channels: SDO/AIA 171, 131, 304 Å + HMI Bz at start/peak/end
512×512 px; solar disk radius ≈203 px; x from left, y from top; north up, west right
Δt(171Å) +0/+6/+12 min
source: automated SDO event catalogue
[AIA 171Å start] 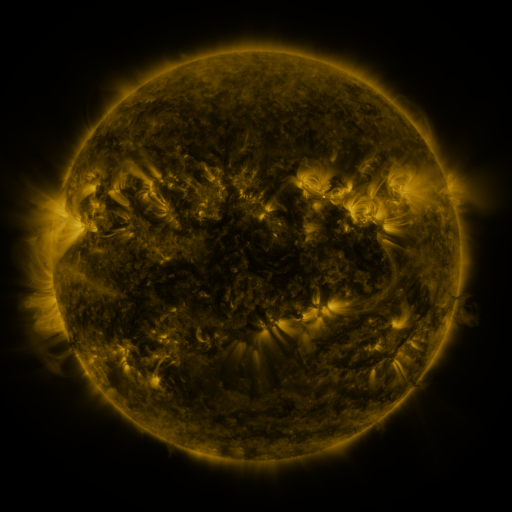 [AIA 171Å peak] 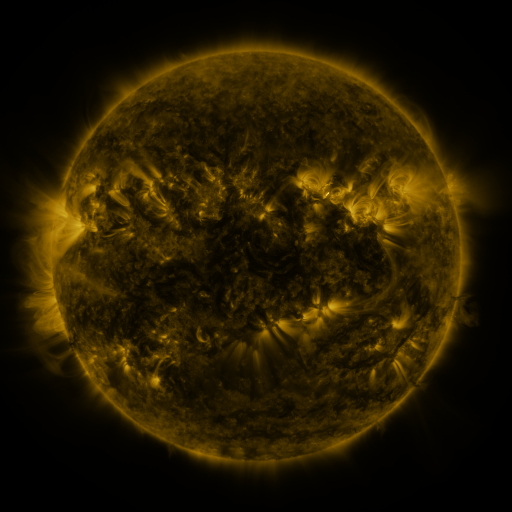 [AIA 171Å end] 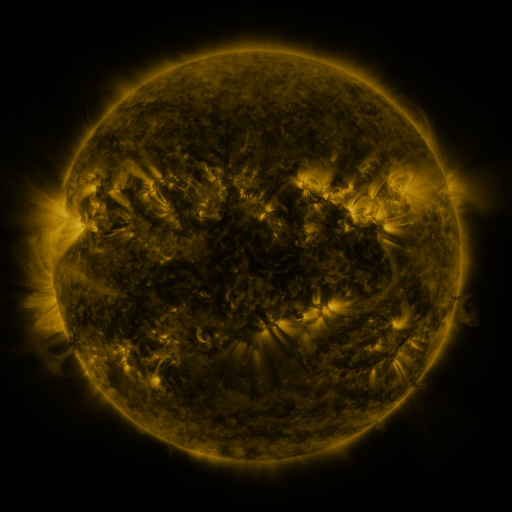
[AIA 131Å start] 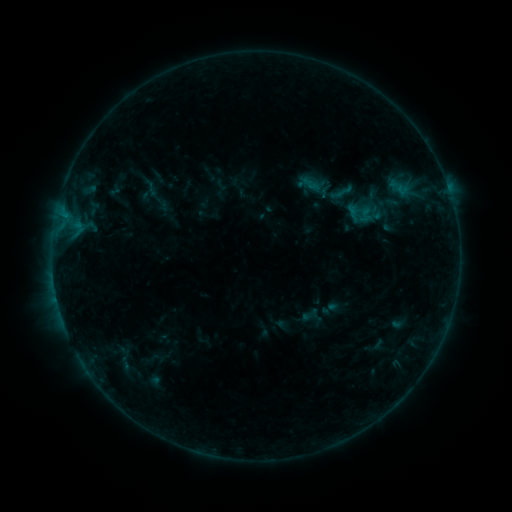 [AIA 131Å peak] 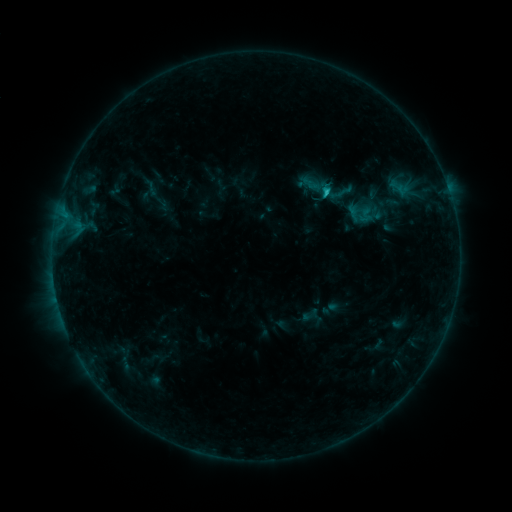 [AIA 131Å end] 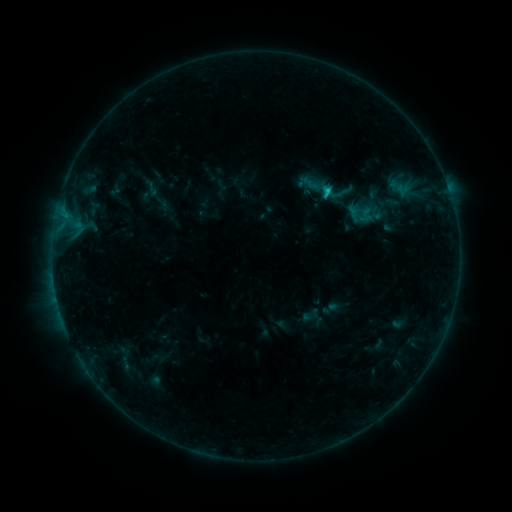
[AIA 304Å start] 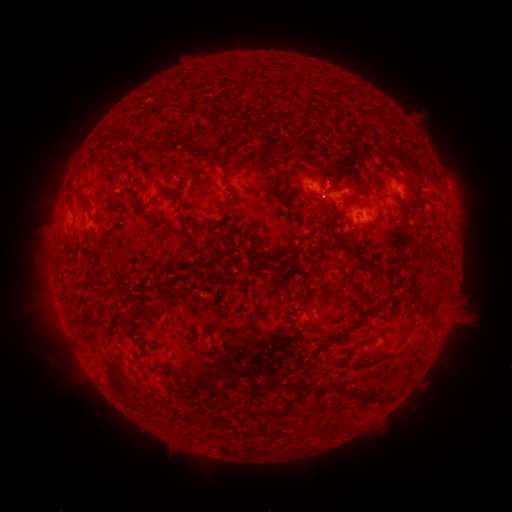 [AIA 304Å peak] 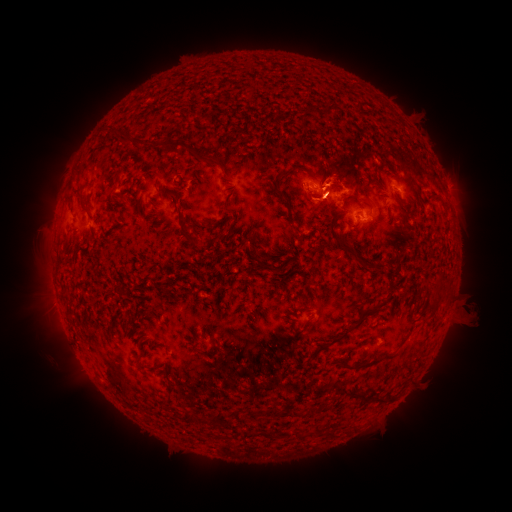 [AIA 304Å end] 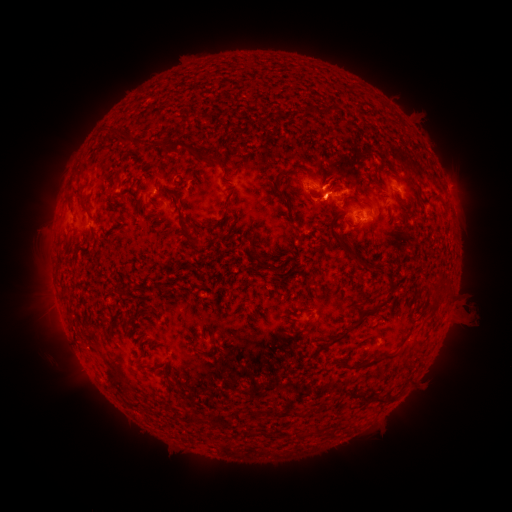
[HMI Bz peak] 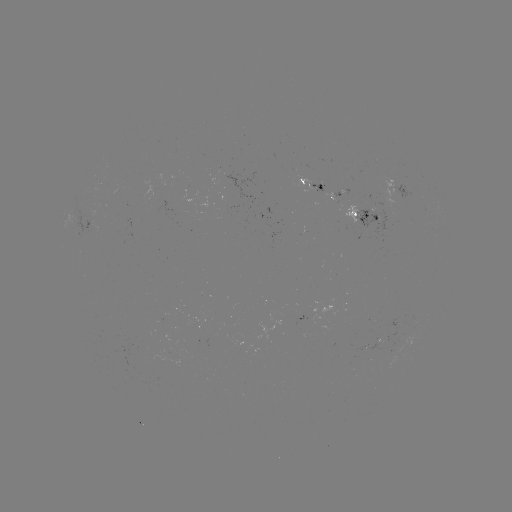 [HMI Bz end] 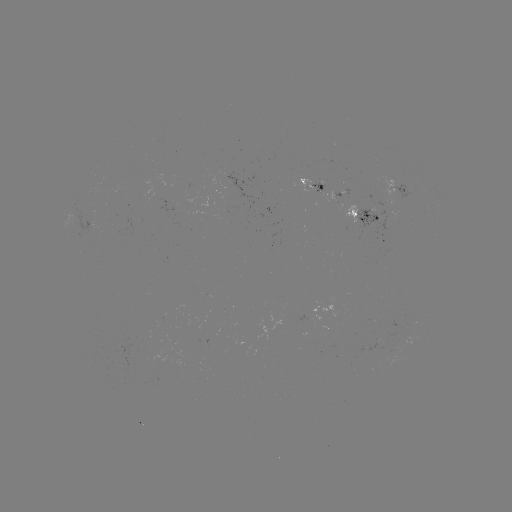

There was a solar eruption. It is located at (329, 190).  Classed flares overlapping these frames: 1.